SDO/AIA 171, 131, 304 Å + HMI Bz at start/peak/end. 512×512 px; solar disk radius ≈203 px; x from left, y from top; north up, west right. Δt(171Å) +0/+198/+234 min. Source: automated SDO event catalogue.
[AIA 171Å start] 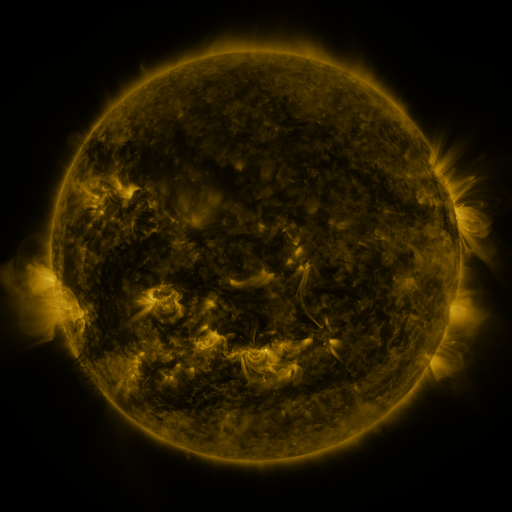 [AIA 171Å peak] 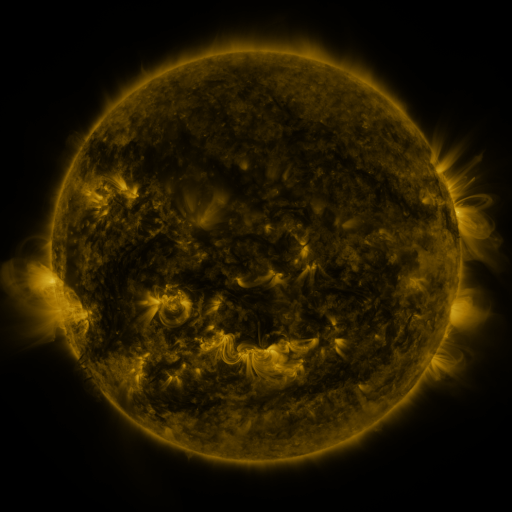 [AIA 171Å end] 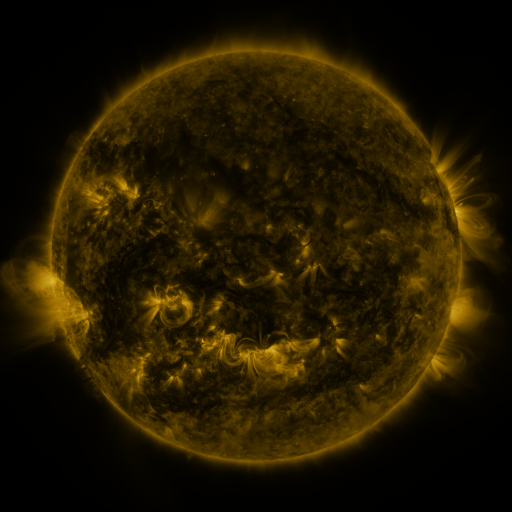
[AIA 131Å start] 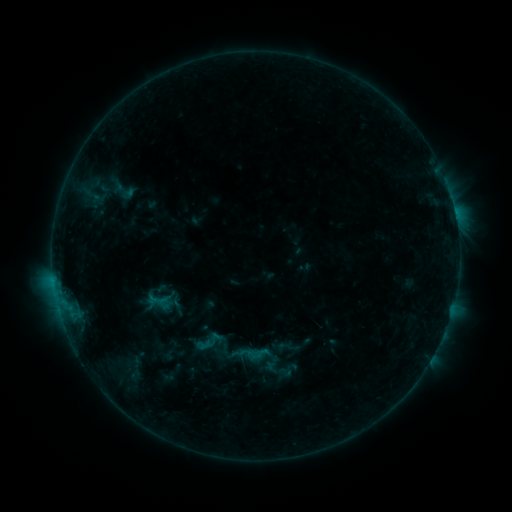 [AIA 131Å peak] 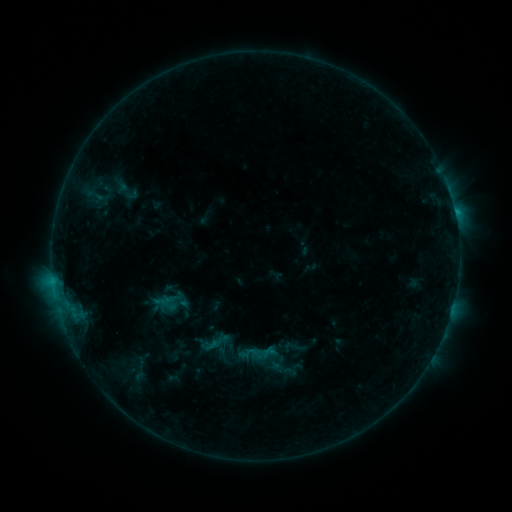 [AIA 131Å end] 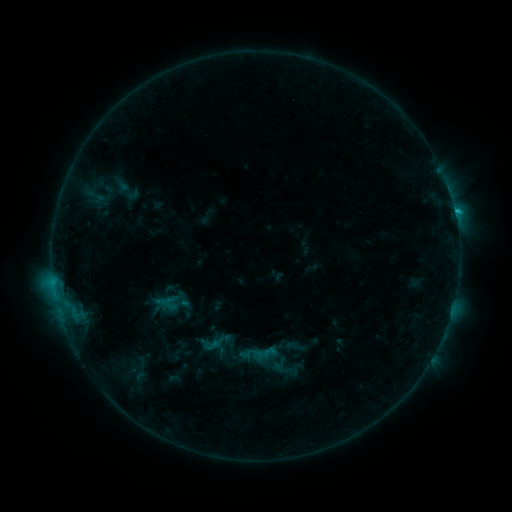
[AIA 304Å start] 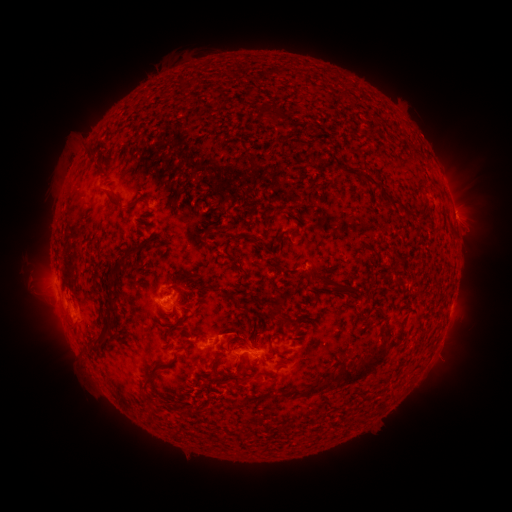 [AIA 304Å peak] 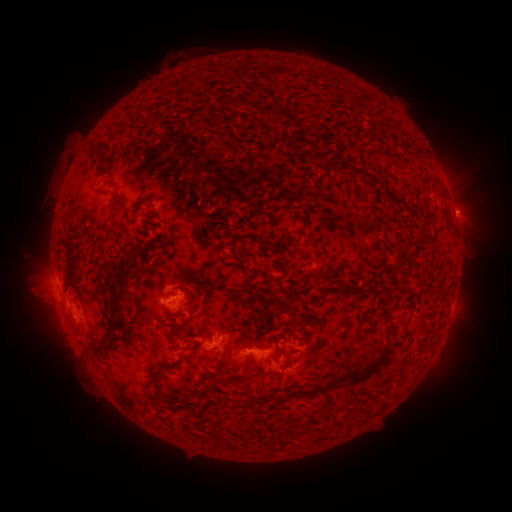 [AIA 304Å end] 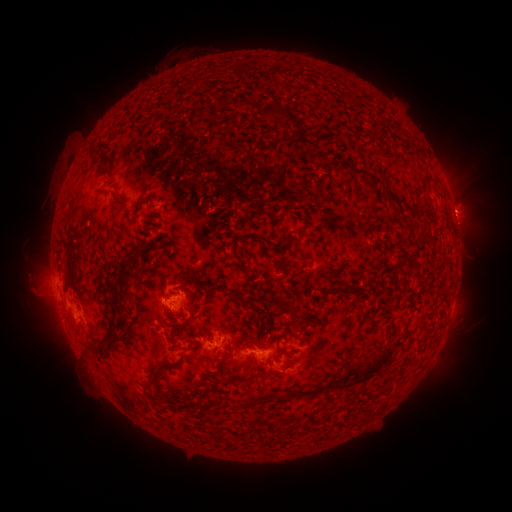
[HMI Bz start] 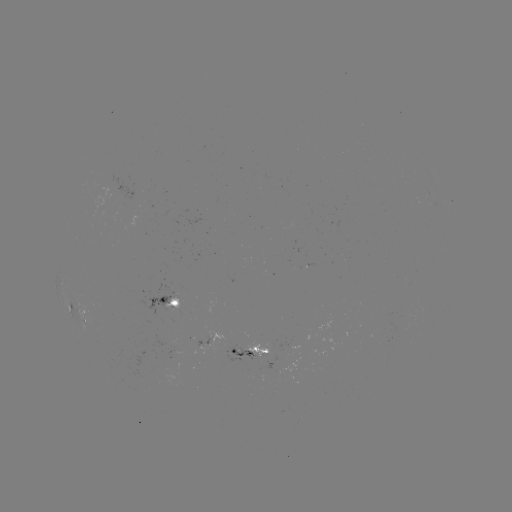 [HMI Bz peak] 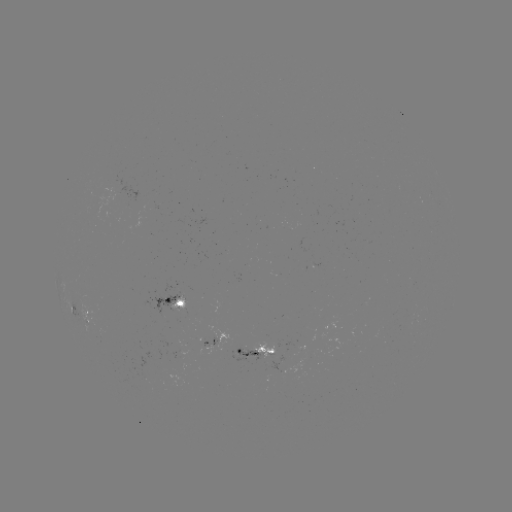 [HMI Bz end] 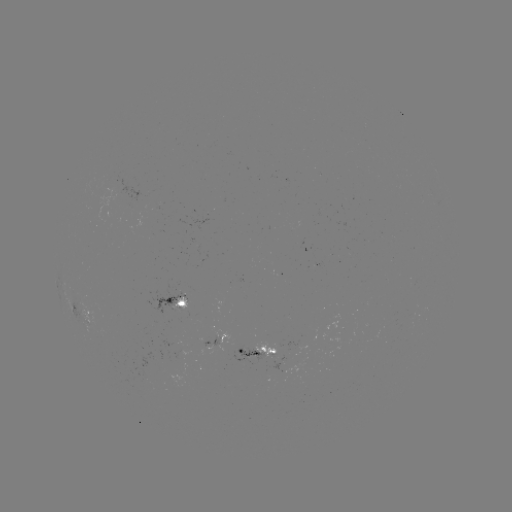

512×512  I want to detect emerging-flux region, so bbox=[201, 336, 218, 355].